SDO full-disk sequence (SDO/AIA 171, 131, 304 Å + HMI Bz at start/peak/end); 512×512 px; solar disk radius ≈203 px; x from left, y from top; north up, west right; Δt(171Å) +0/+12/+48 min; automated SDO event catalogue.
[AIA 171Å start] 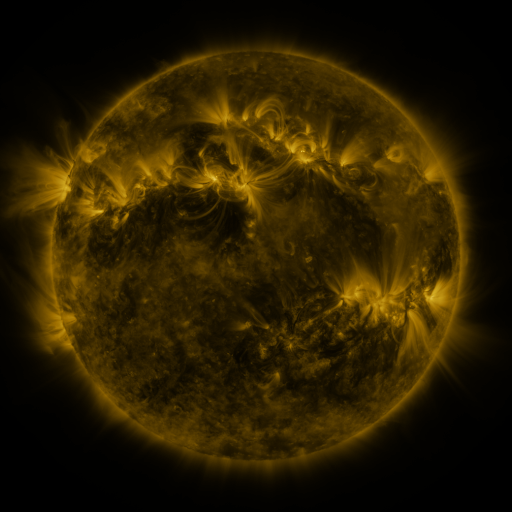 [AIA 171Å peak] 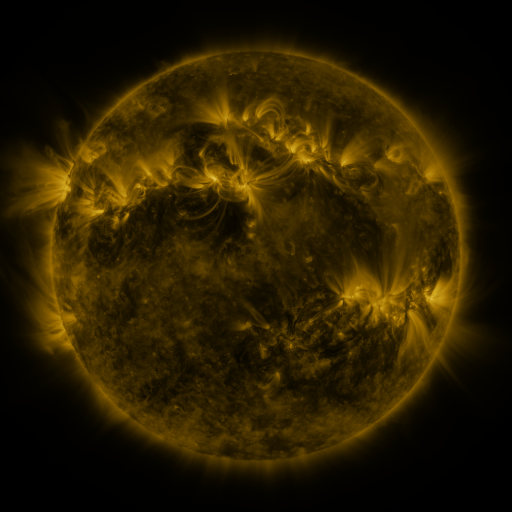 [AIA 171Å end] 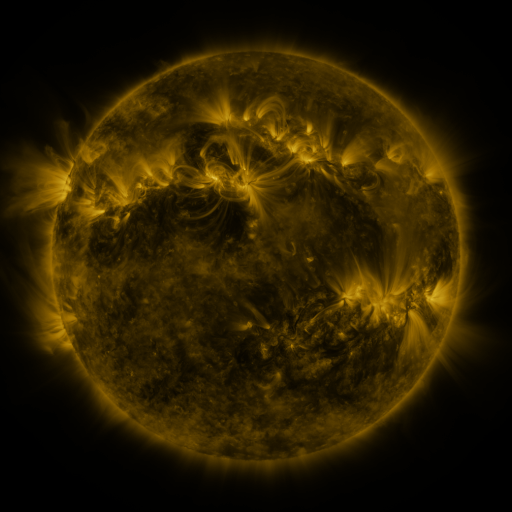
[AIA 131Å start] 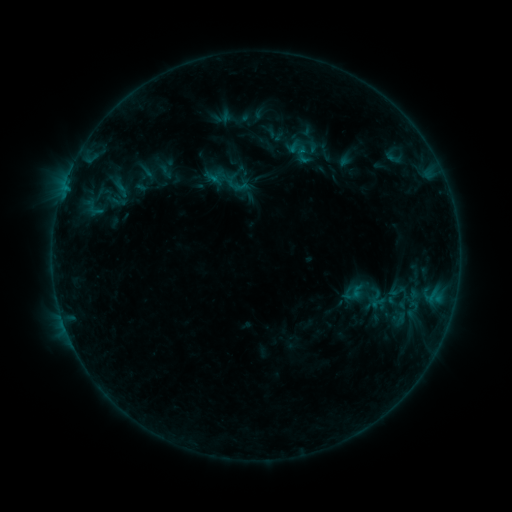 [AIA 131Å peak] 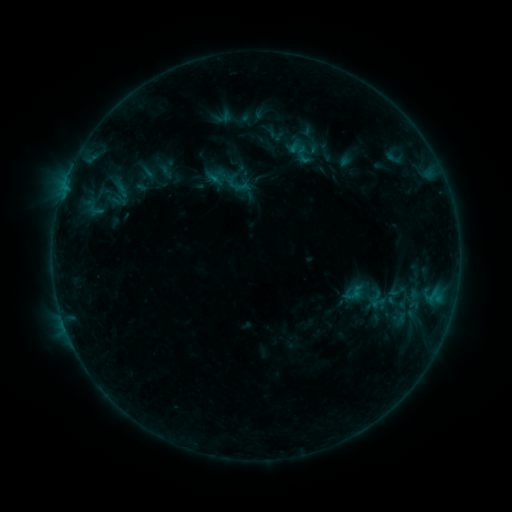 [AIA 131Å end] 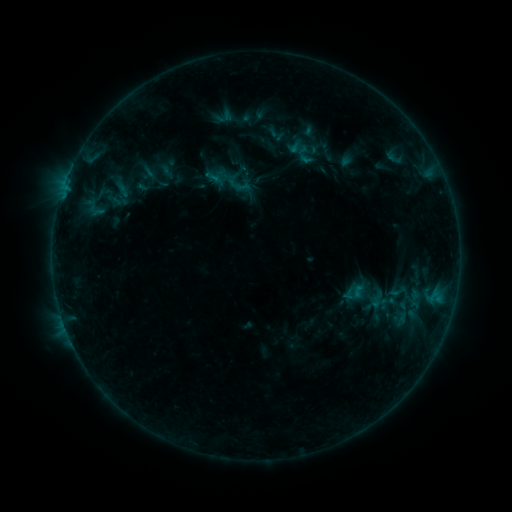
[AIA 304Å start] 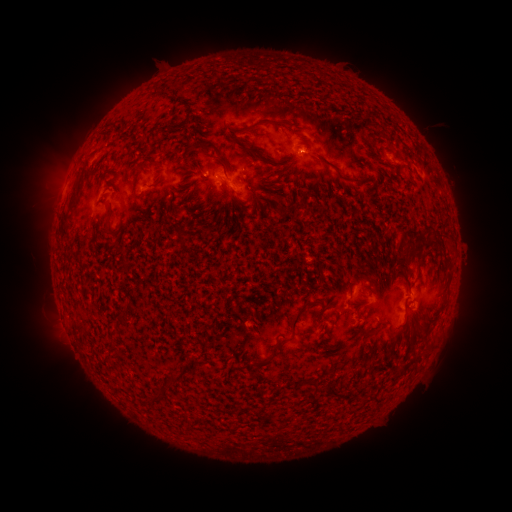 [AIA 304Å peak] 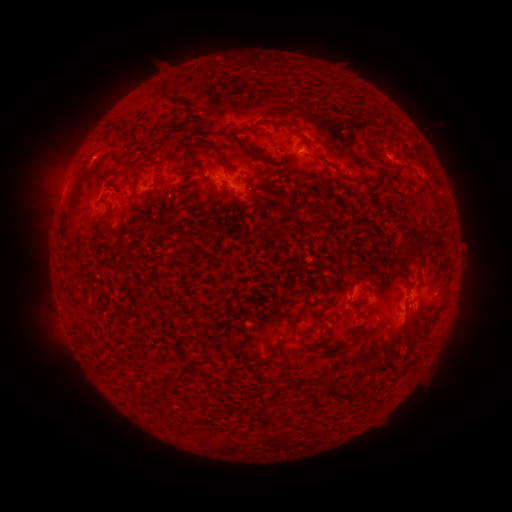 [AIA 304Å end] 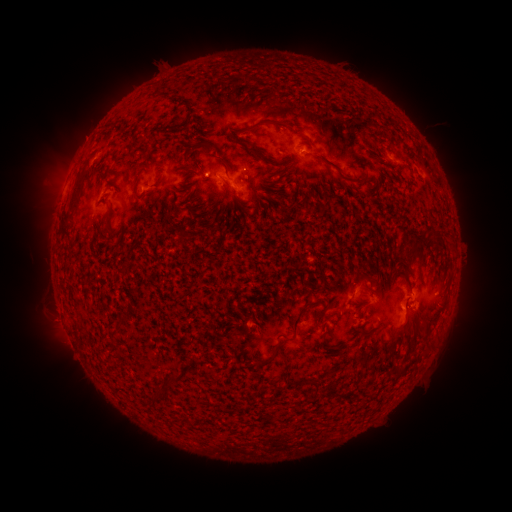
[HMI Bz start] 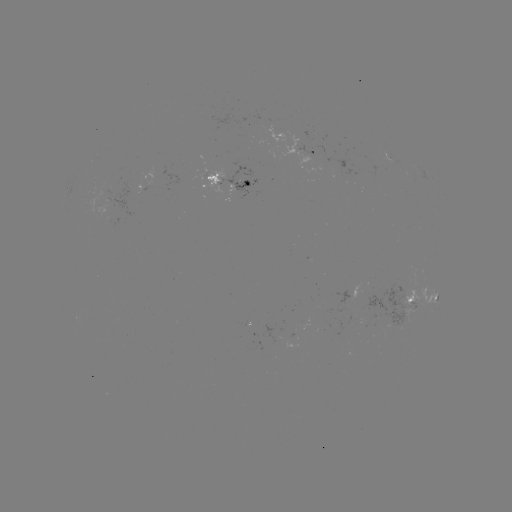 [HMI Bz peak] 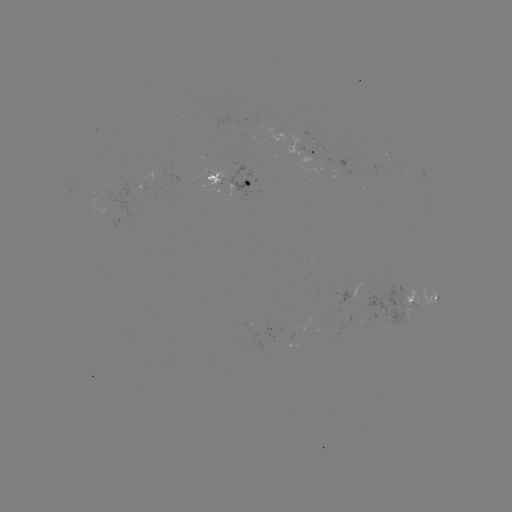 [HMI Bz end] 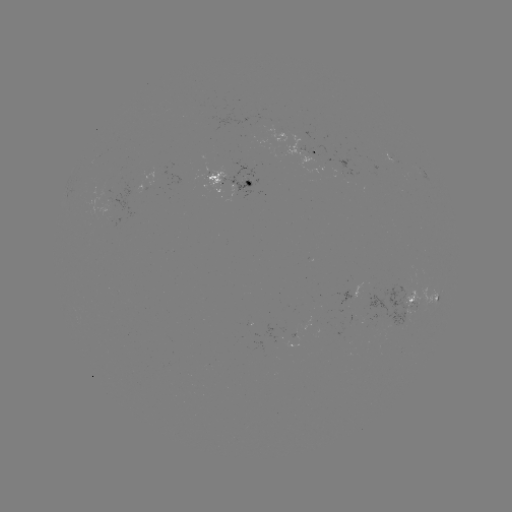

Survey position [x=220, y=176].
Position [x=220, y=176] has emerging-flux region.